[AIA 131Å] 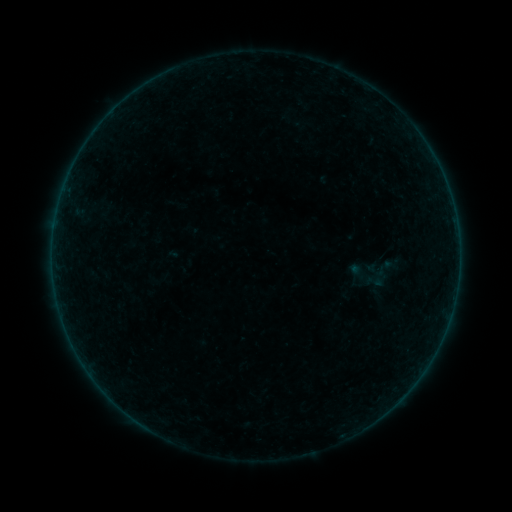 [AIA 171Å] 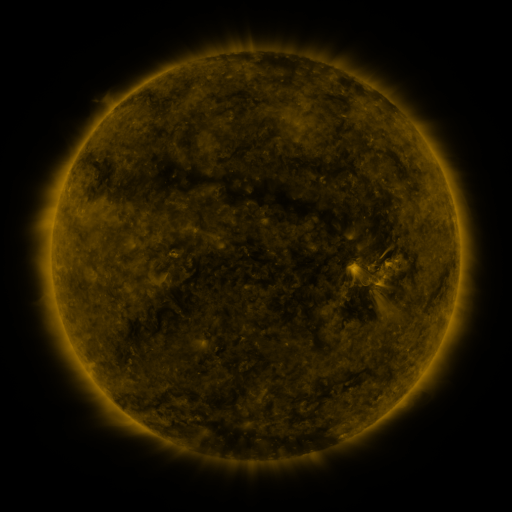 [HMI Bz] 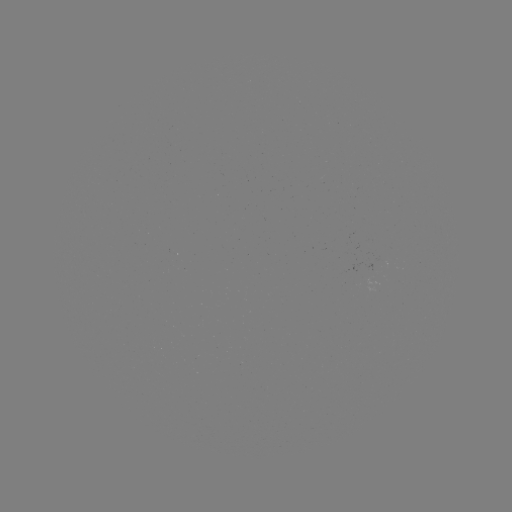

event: sigmoid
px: (374, 281)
